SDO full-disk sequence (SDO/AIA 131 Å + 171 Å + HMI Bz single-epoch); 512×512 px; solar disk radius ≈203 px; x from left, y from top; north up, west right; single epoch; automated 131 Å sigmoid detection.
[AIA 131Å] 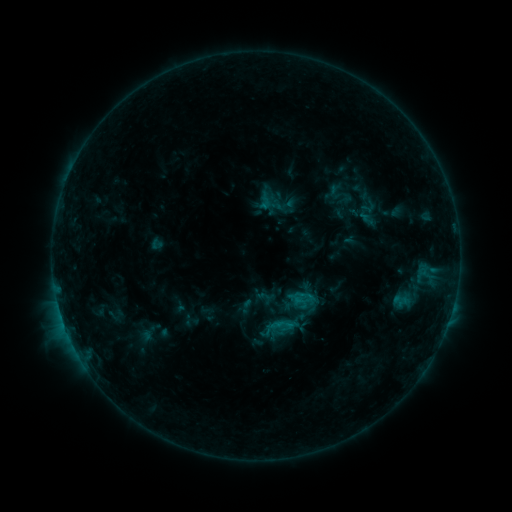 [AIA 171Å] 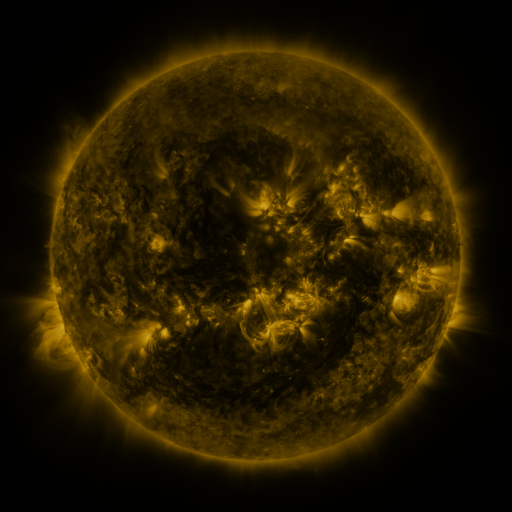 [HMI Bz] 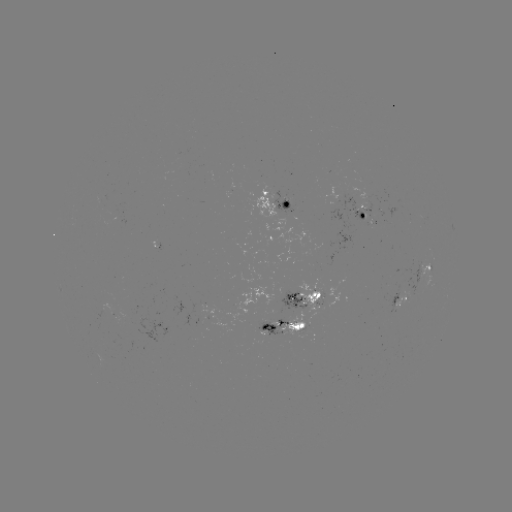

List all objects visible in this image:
sigmoid: (401, 299)
sigmoid: (281, 326)
